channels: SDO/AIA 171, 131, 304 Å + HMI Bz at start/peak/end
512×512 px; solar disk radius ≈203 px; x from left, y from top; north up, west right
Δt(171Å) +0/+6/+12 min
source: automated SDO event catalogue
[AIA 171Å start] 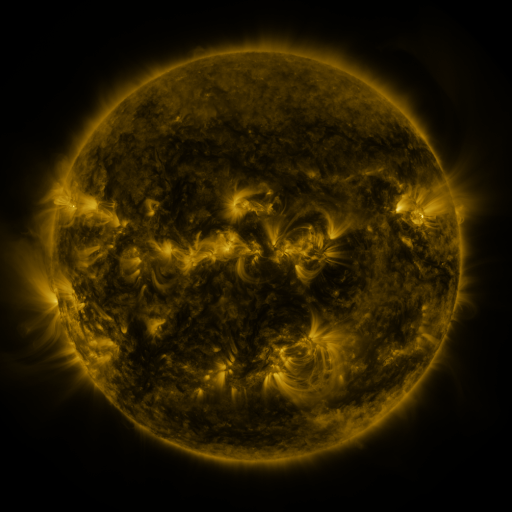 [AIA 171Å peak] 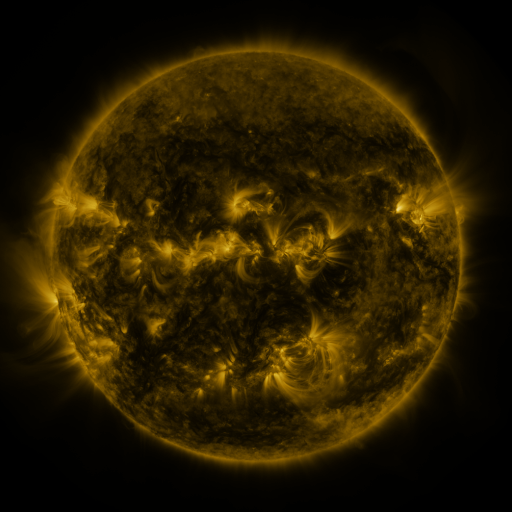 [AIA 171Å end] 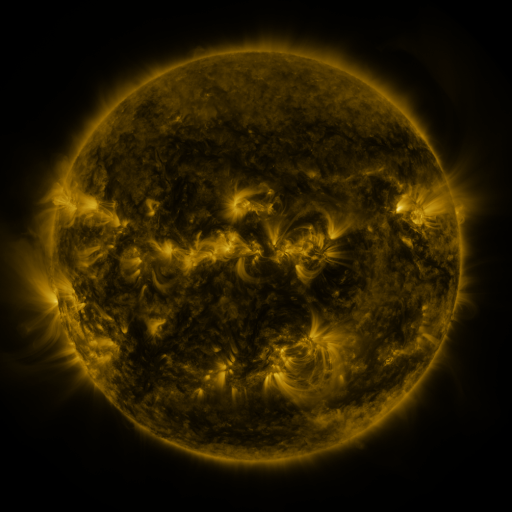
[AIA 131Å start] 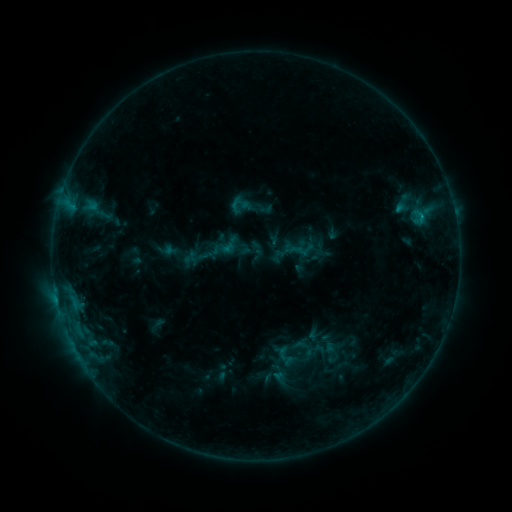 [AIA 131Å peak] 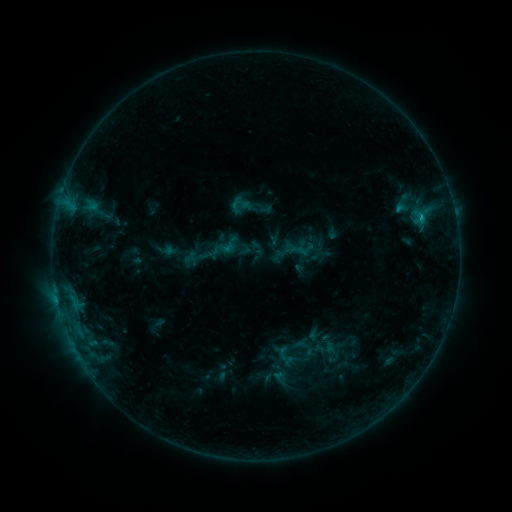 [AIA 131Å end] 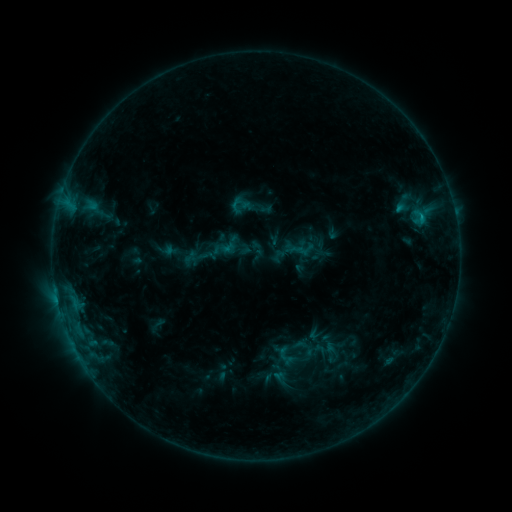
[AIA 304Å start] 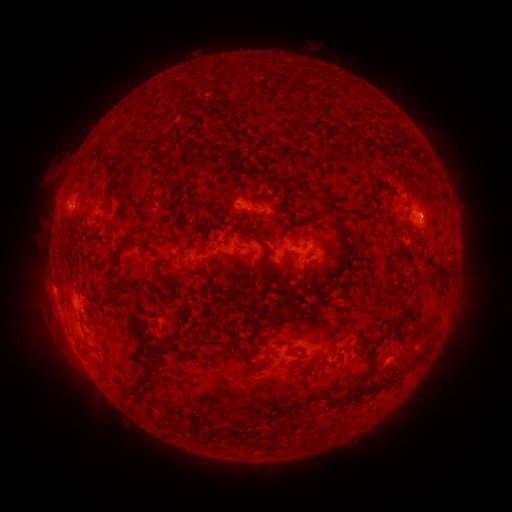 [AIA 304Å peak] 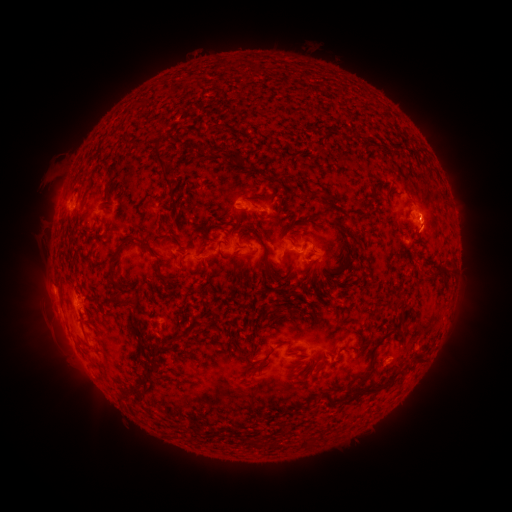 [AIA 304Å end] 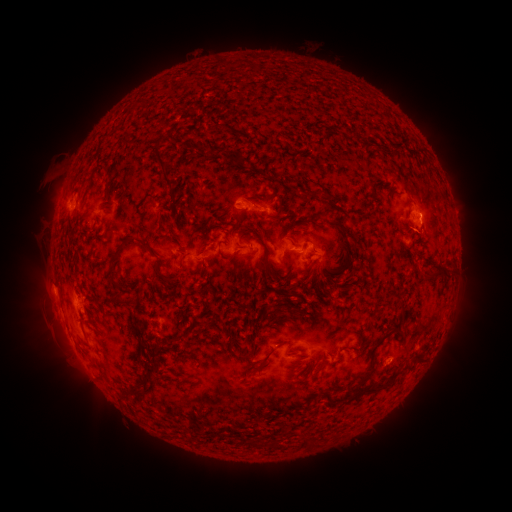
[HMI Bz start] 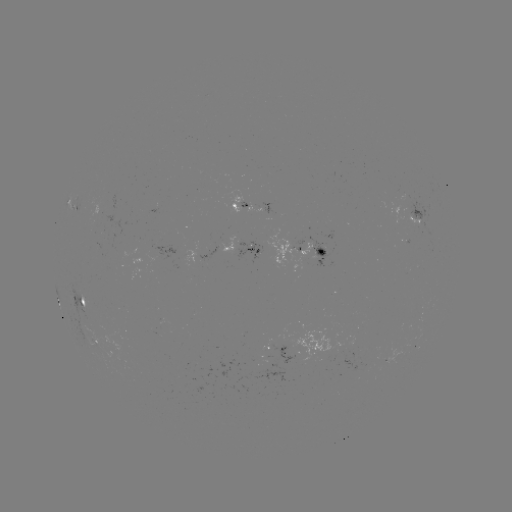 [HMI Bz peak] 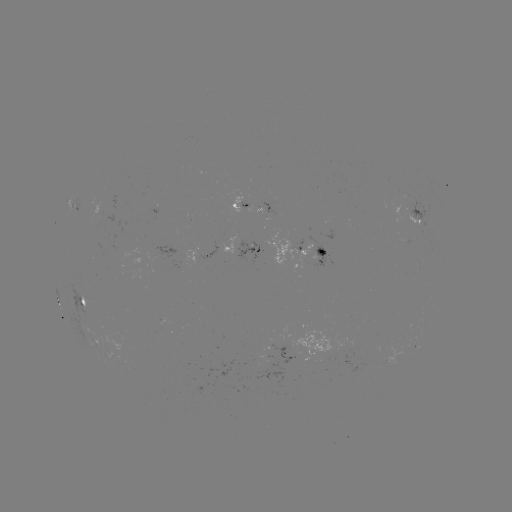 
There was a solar eruption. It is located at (429, 220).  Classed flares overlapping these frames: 1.